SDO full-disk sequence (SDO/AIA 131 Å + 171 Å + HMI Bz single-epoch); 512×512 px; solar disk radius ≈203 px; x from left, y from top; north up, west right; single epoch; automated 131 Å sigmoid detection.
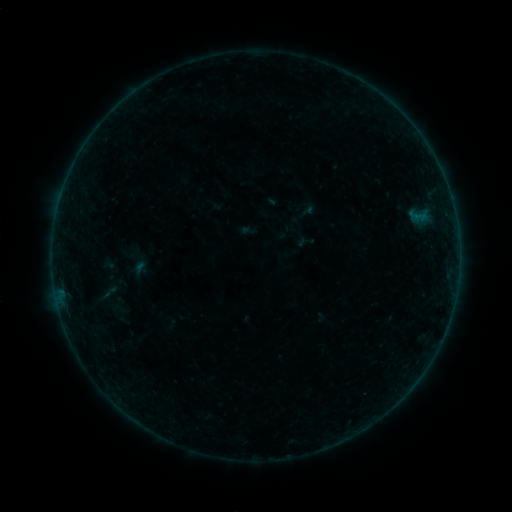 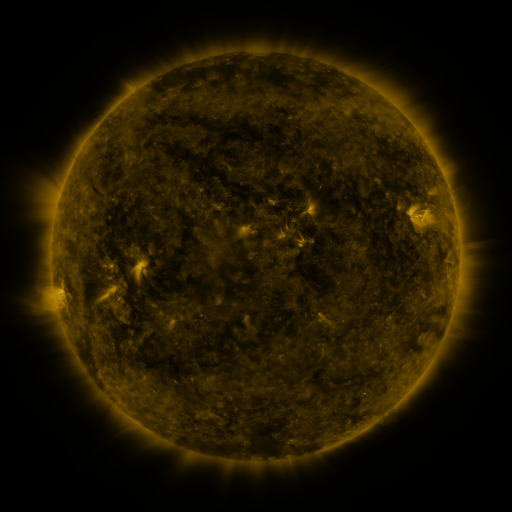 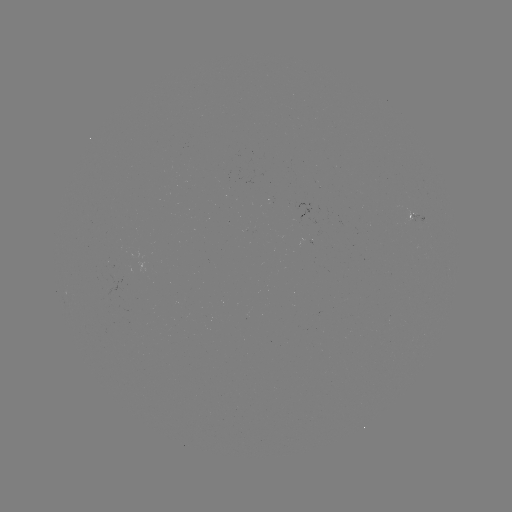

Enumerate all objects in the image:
sigmoid: (107, 293)
